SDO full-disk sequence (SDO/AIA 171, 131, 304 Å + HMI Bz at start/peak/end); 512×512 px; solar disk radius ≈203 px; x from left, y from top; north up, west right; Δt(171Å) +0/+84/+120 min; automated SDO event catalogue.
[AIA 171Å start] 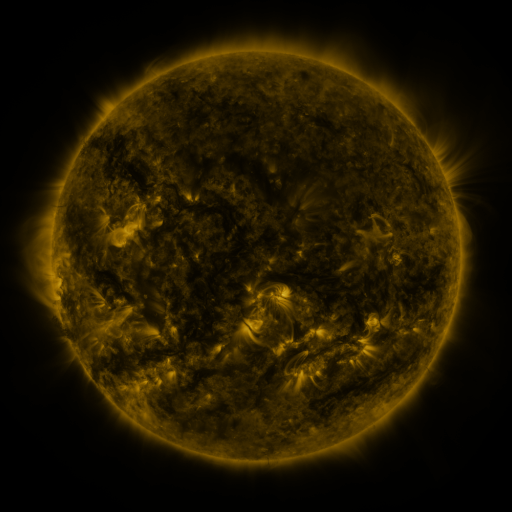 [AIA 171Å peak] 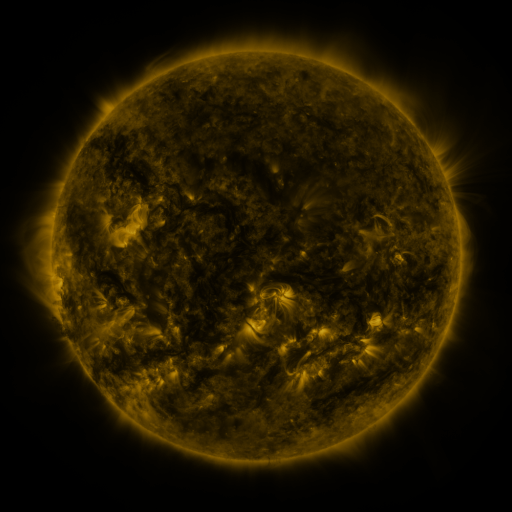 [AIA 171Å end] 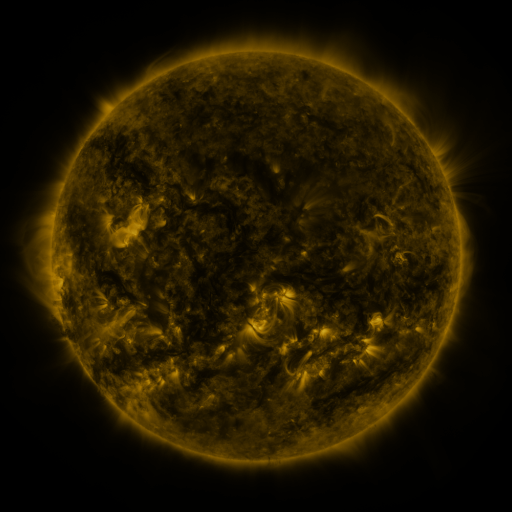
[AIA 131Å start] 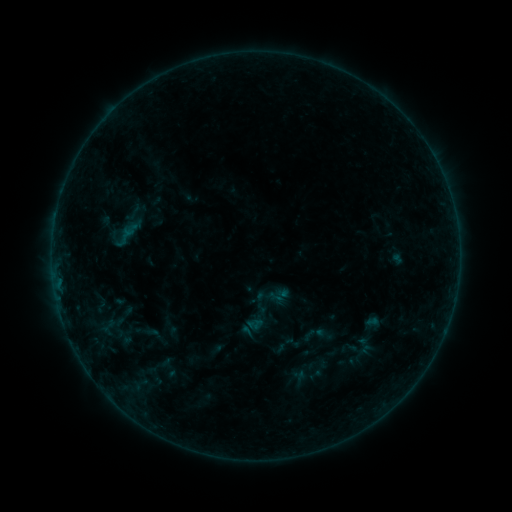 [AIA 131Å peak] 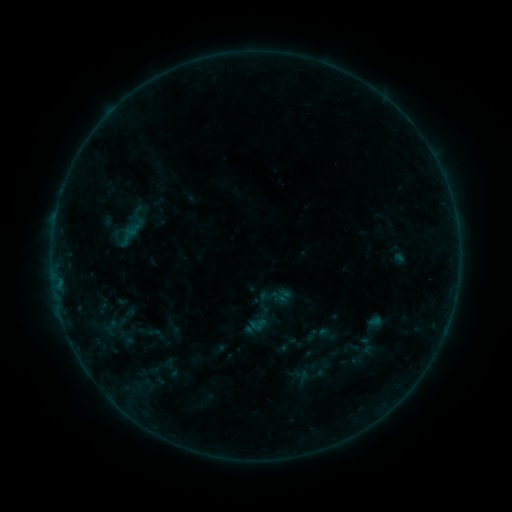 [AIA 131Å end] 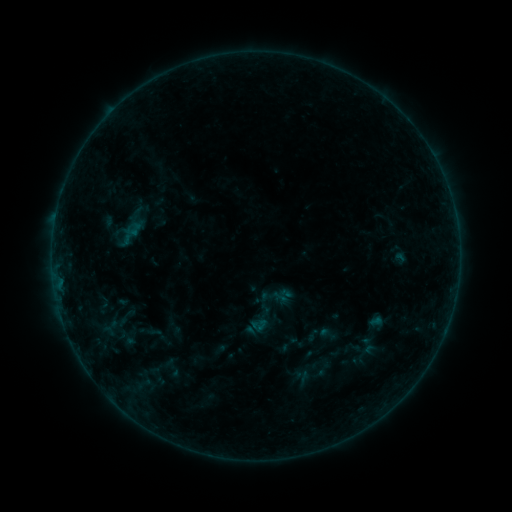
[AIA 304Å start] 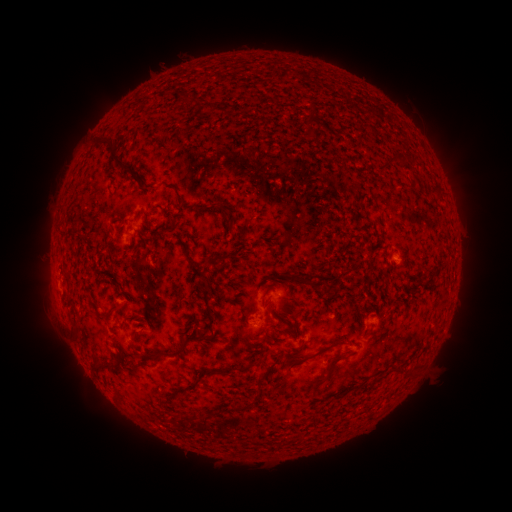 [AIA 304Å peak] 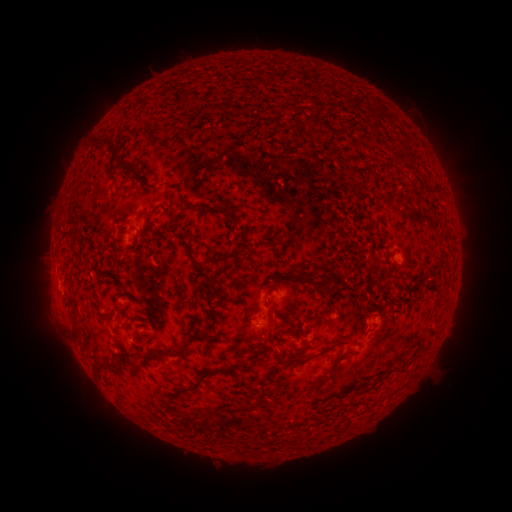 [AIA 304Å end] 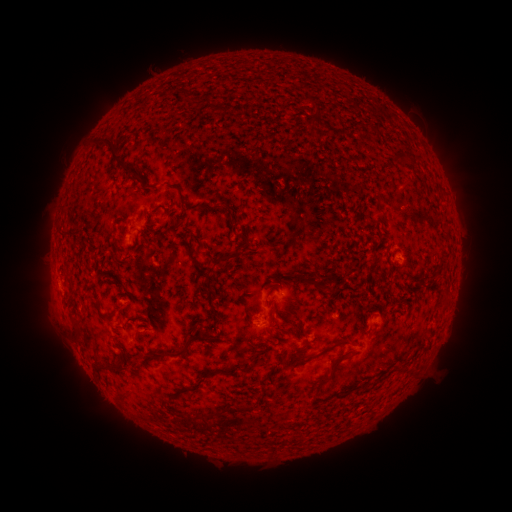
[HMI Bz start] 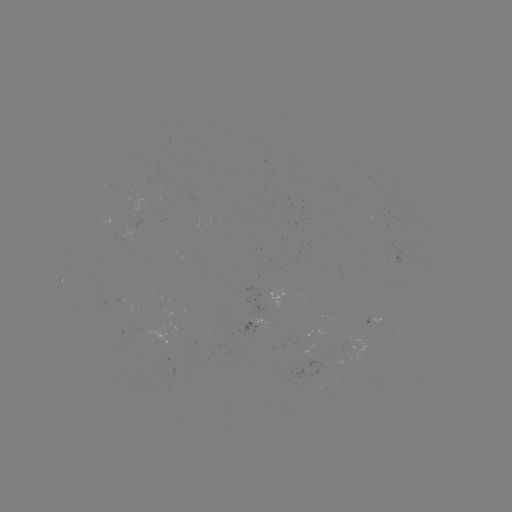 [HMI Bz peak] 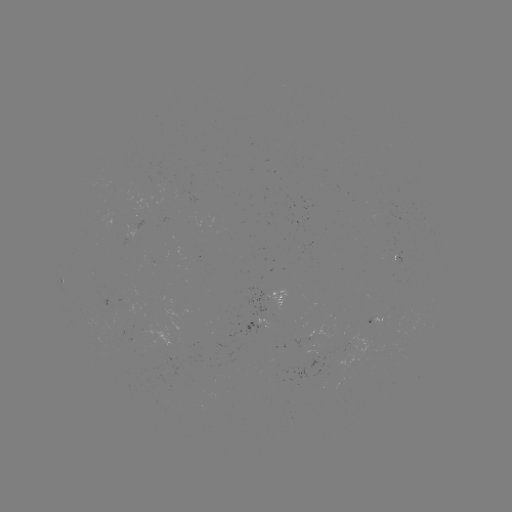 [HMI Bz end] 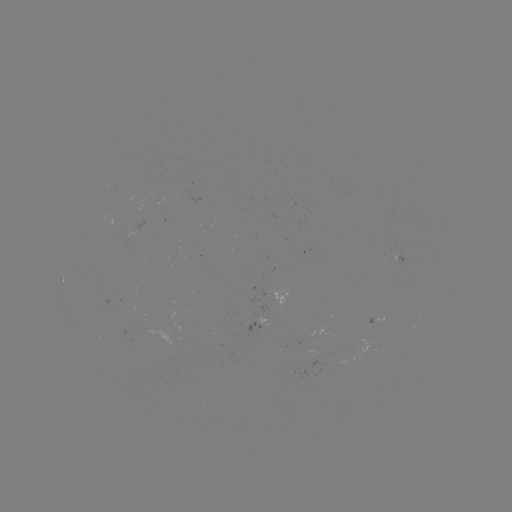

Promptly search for emerging-flux region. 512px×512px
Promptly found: [117, 330].